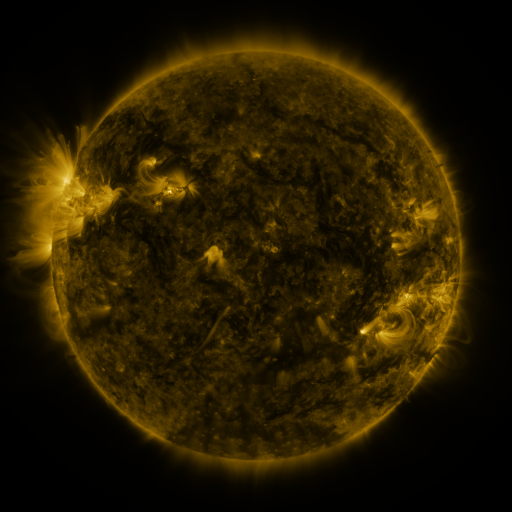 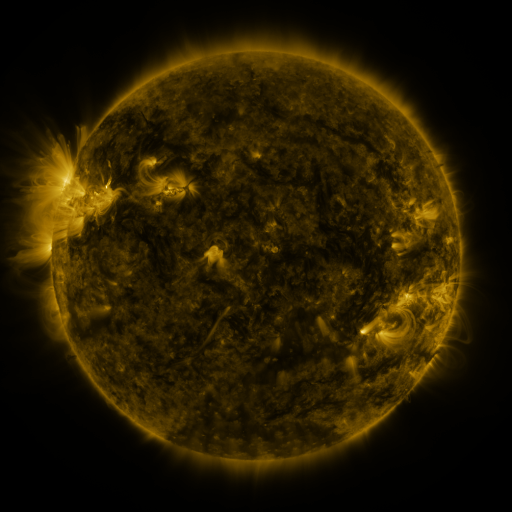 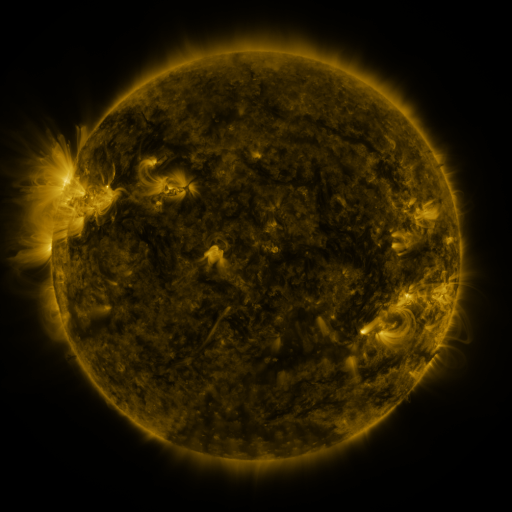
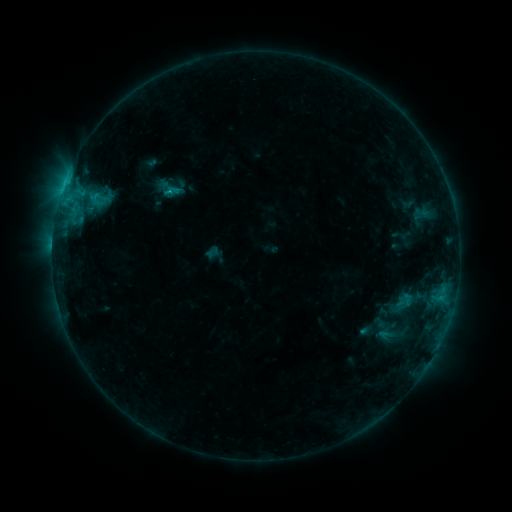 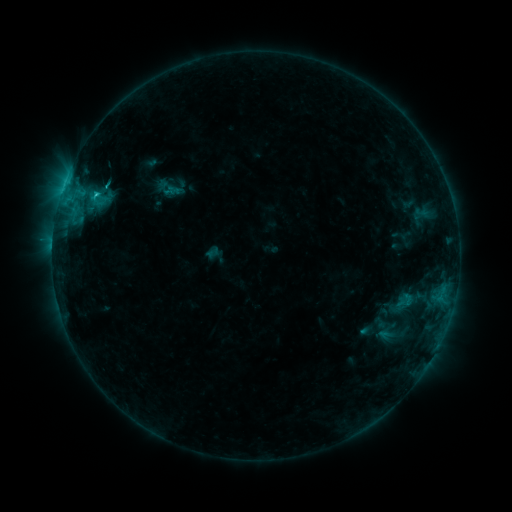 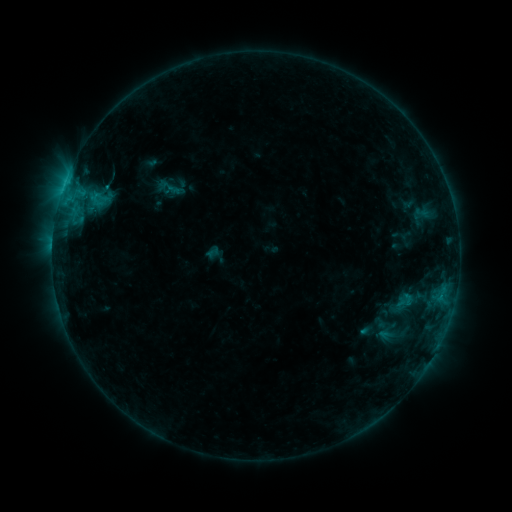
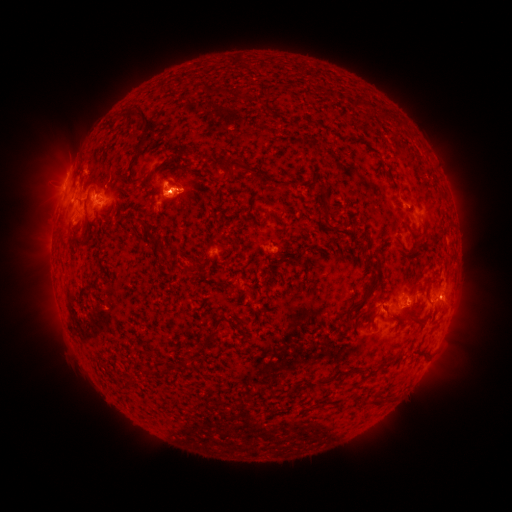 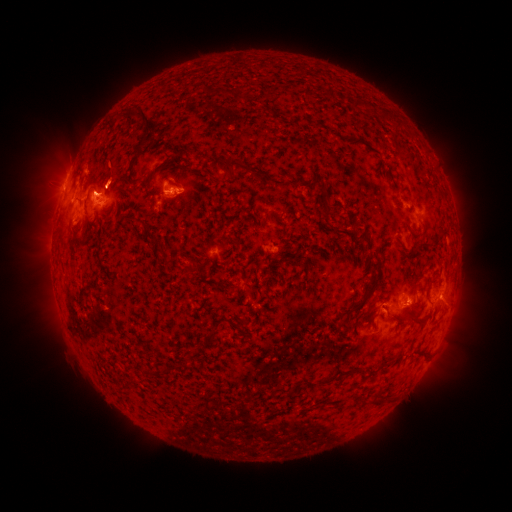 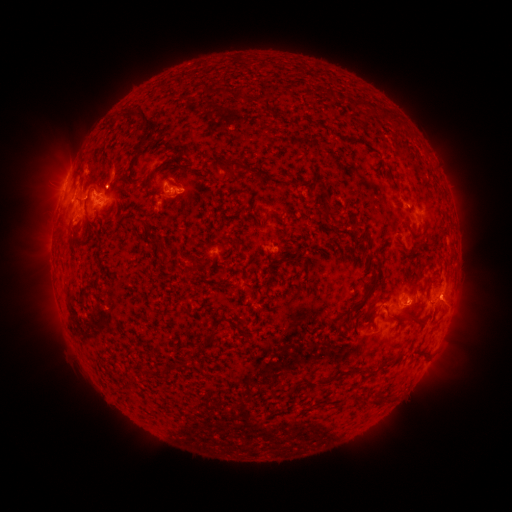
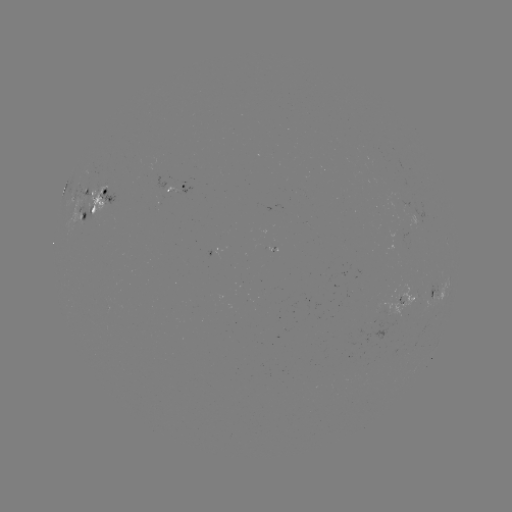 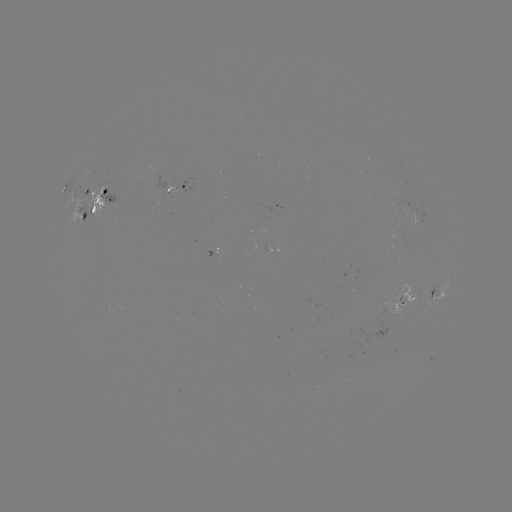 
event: eruption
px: (115, 174)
